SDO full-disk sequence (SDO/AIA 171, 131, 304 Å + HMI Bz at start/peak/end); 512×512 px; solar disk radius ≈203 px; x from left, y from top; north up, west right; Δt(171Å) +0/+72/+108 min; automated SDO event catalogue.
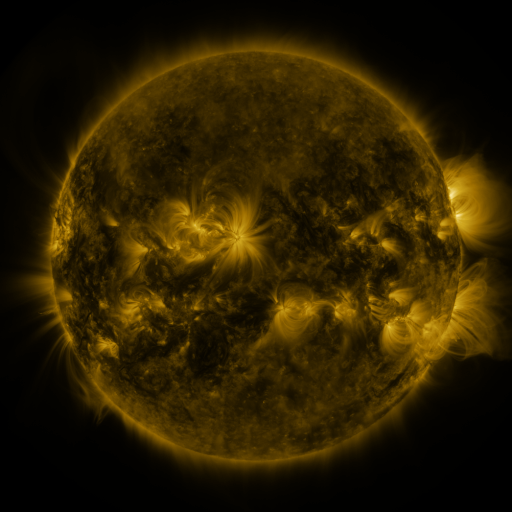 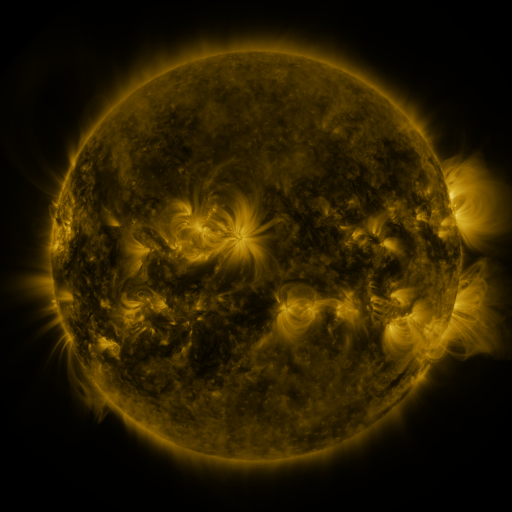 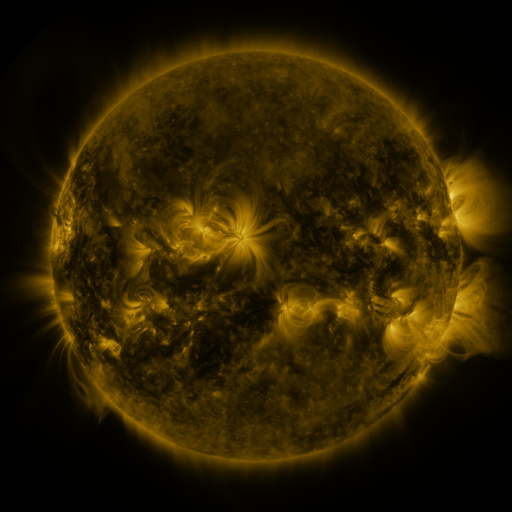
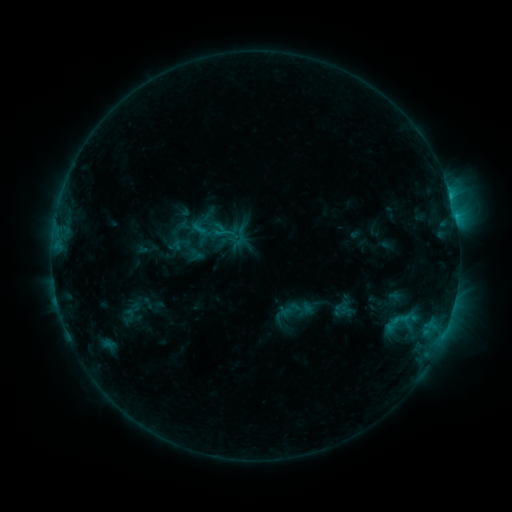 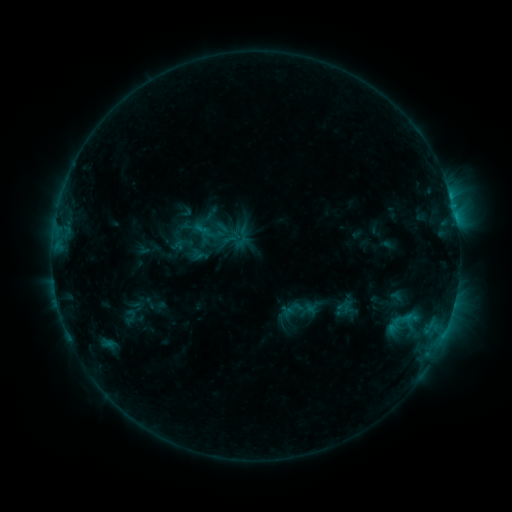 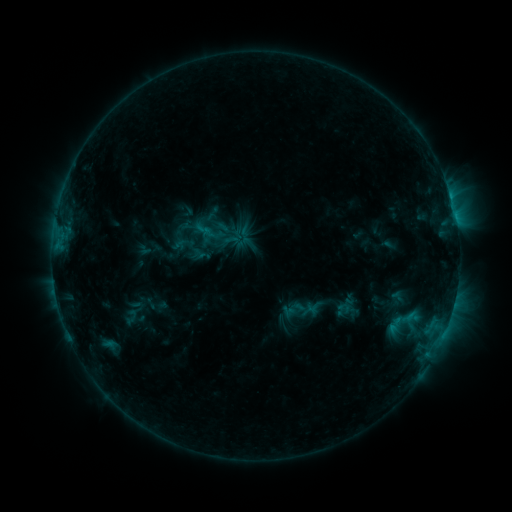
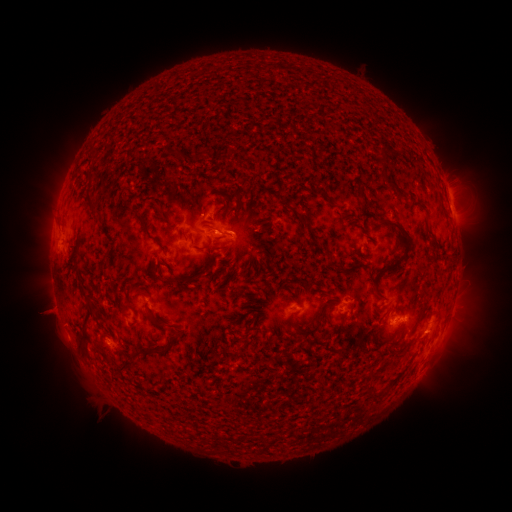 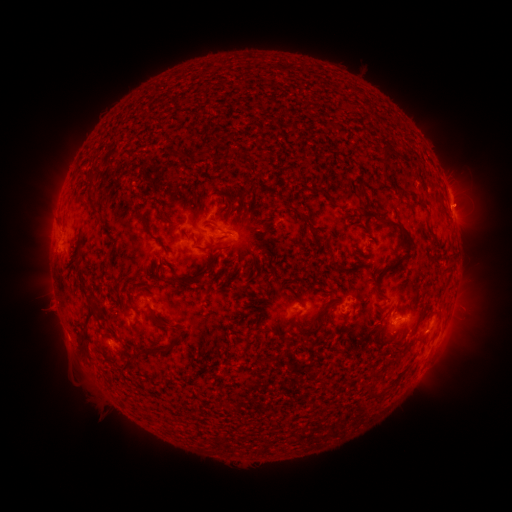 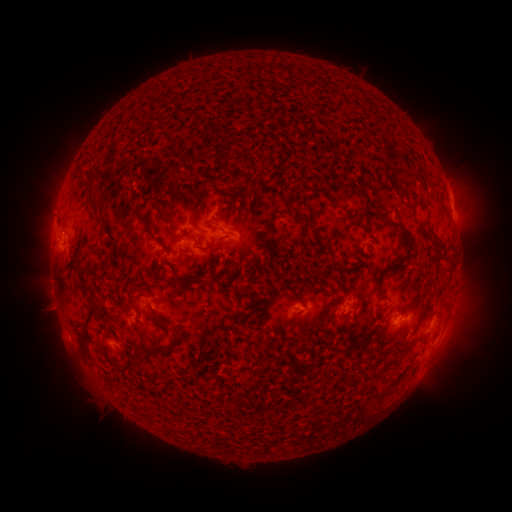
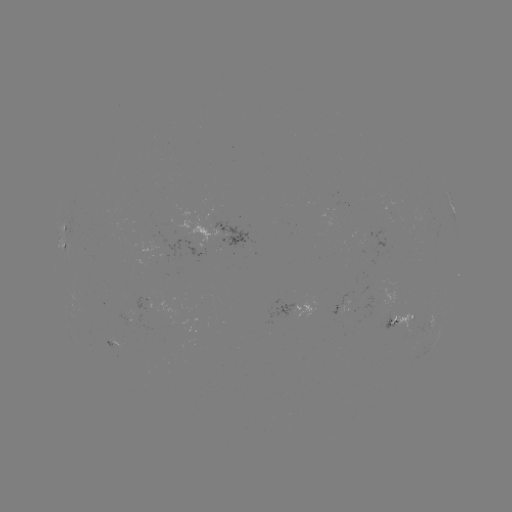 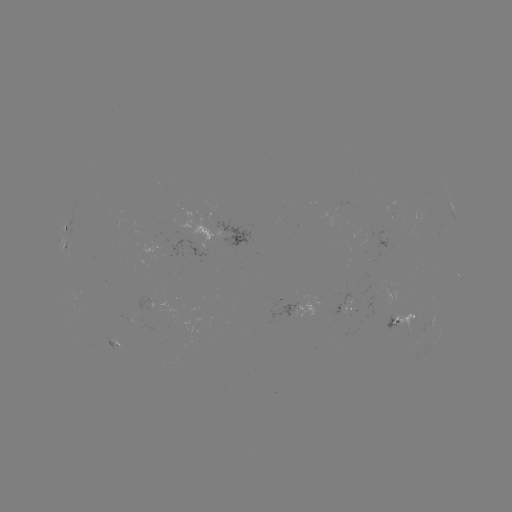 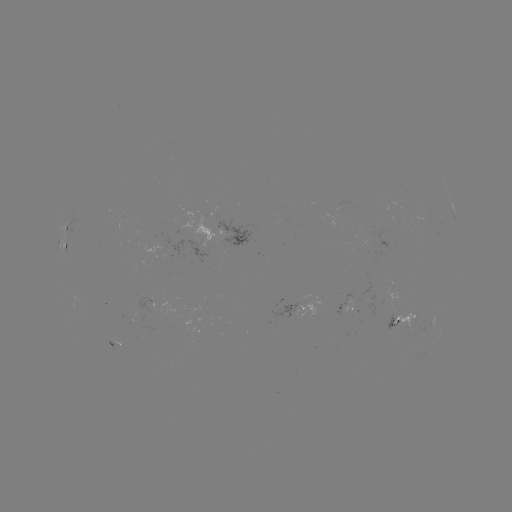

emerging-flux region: <bbox>341, 303, 358, 314</bbox>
